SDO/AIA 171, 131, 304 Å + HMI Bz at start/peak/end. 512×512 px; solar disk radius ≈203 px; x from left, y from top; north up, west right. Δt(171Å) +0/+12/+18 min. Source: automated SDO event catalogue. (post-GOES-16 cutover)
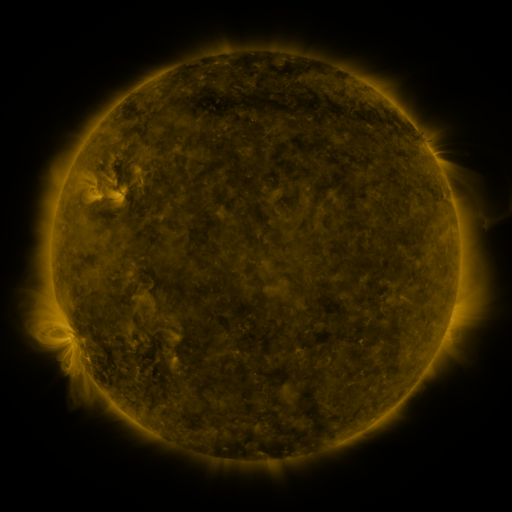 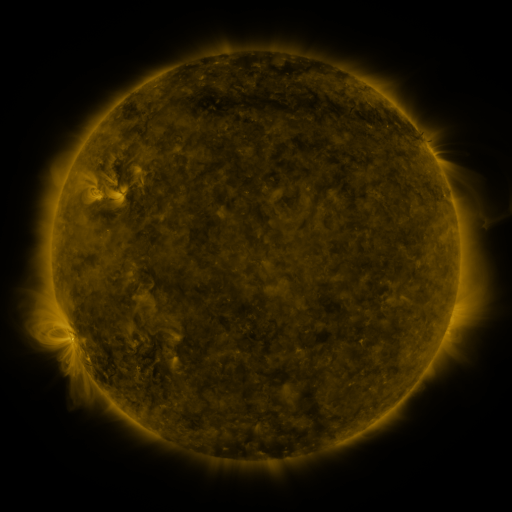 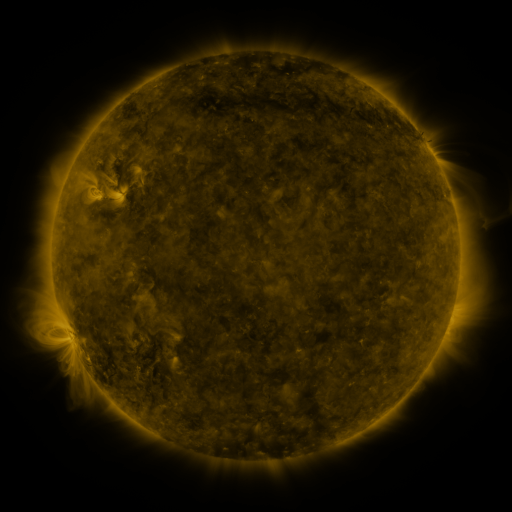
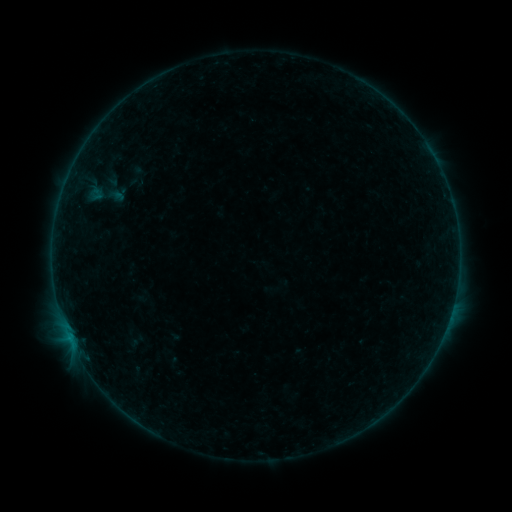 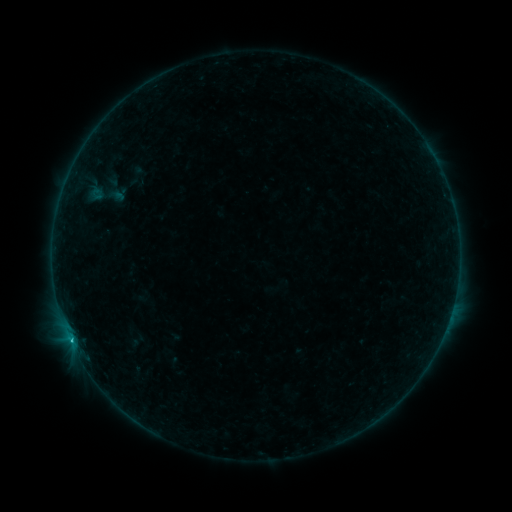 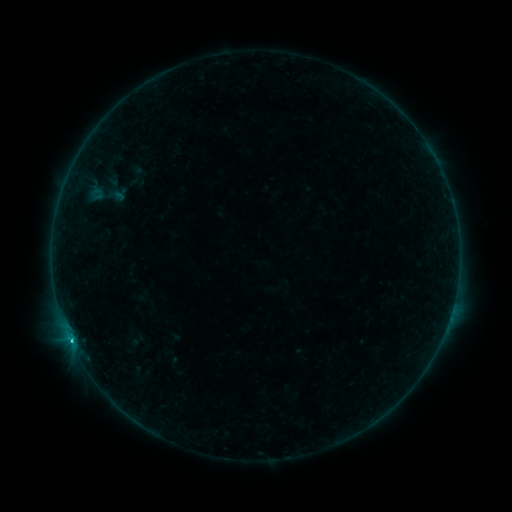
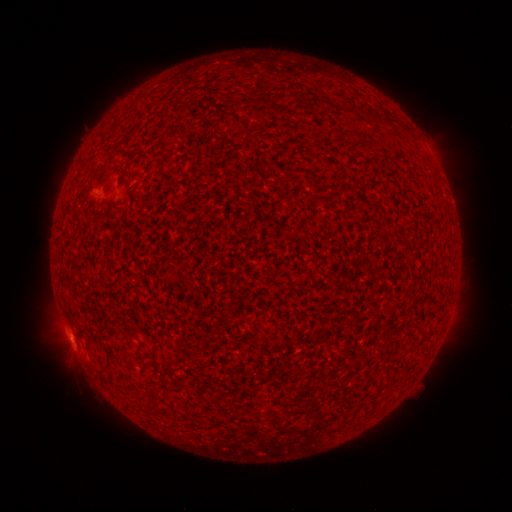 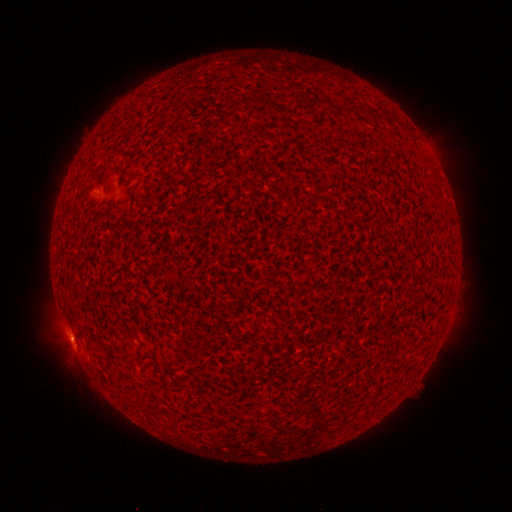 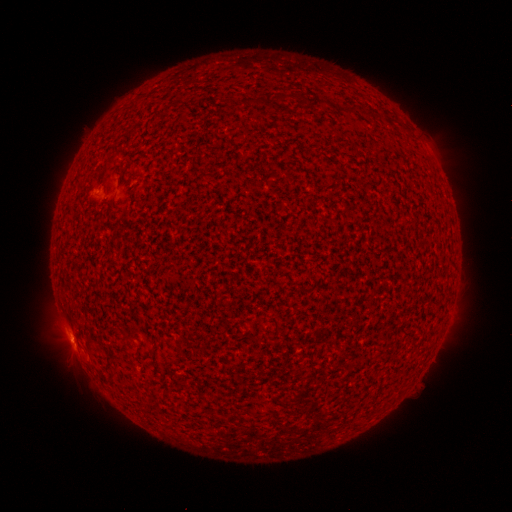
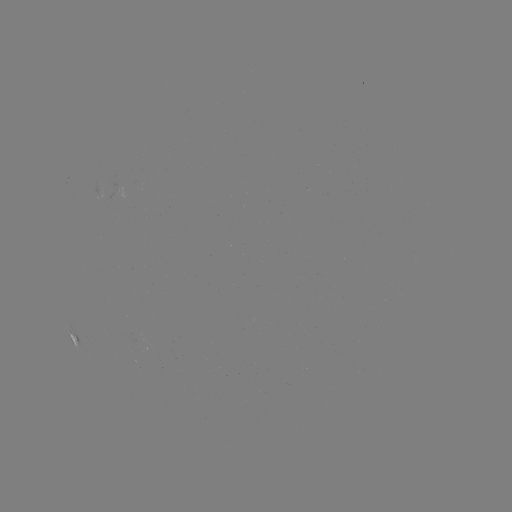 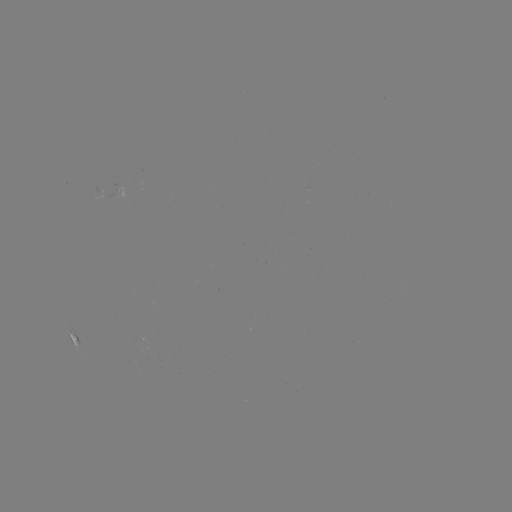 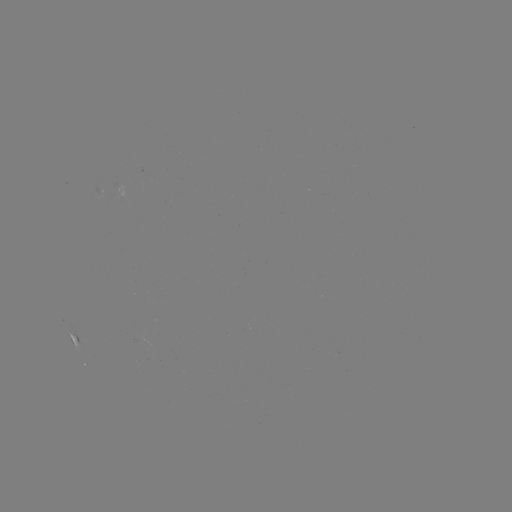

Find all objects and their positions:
C1.1 flare: (72, 340)
